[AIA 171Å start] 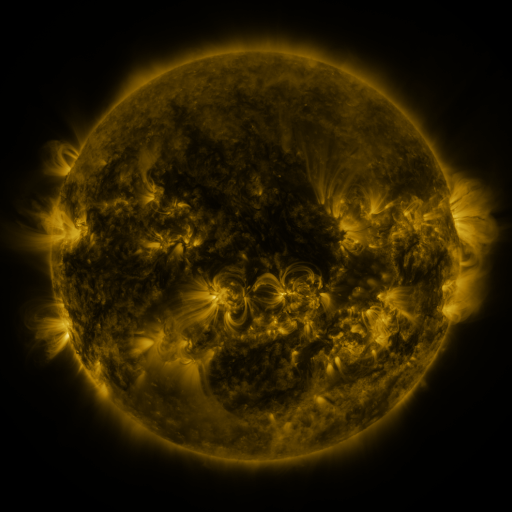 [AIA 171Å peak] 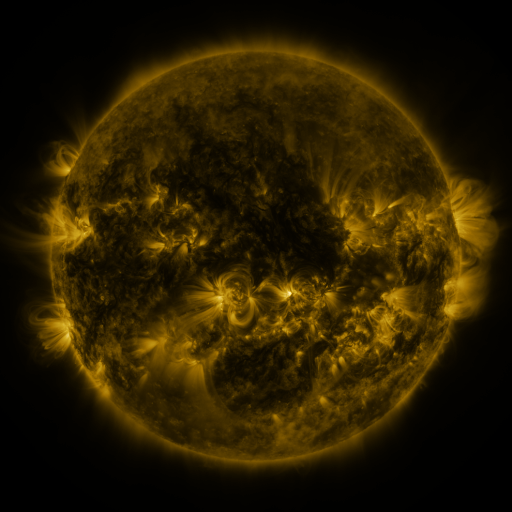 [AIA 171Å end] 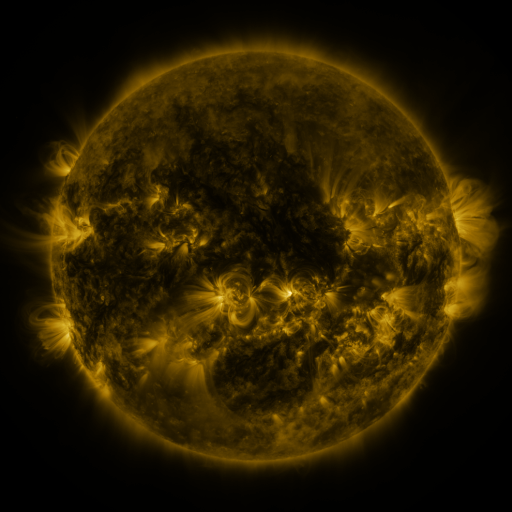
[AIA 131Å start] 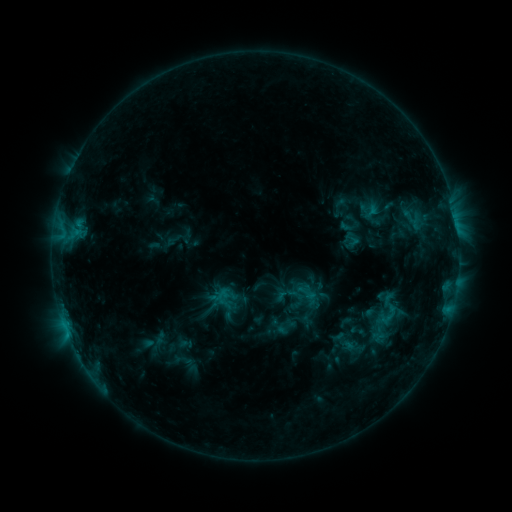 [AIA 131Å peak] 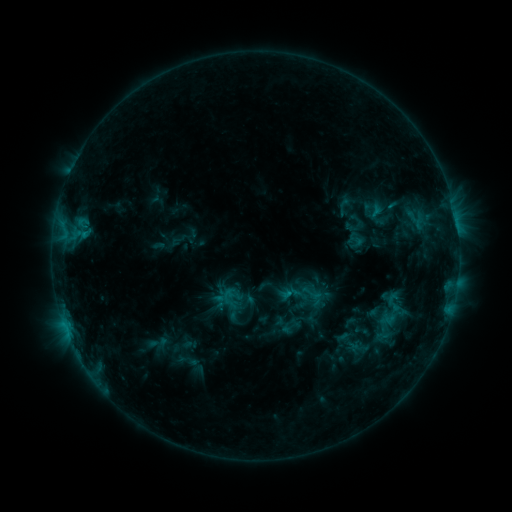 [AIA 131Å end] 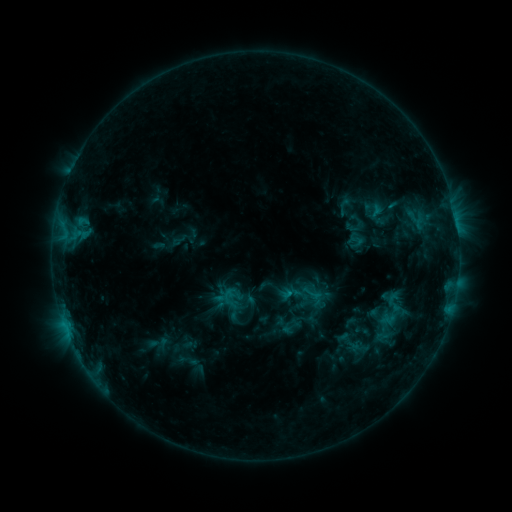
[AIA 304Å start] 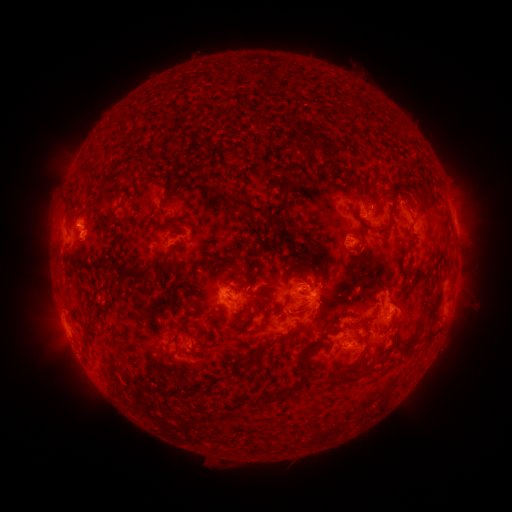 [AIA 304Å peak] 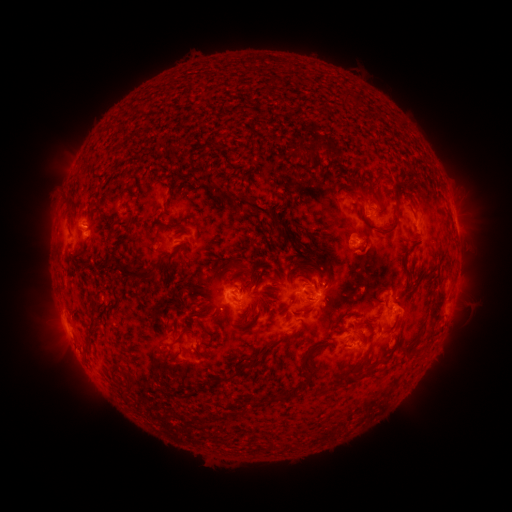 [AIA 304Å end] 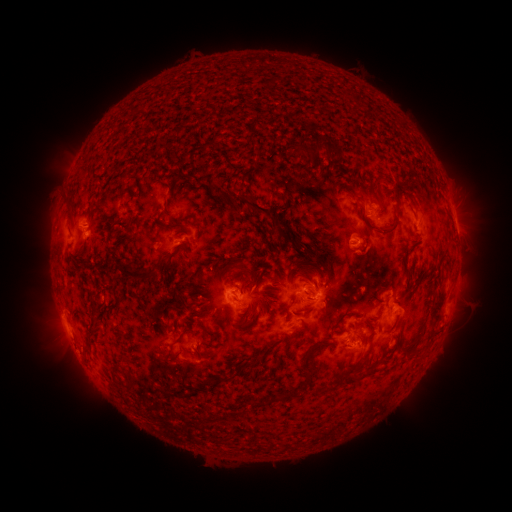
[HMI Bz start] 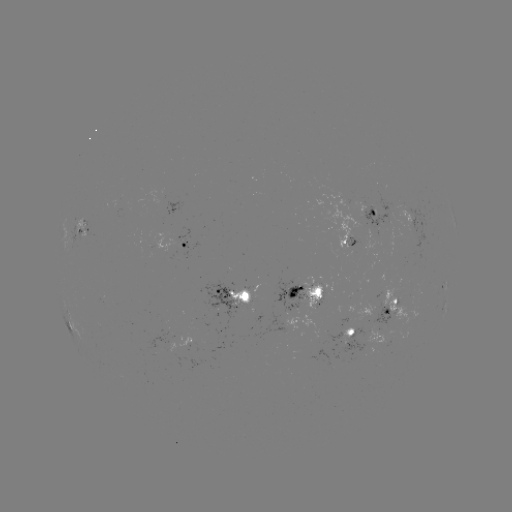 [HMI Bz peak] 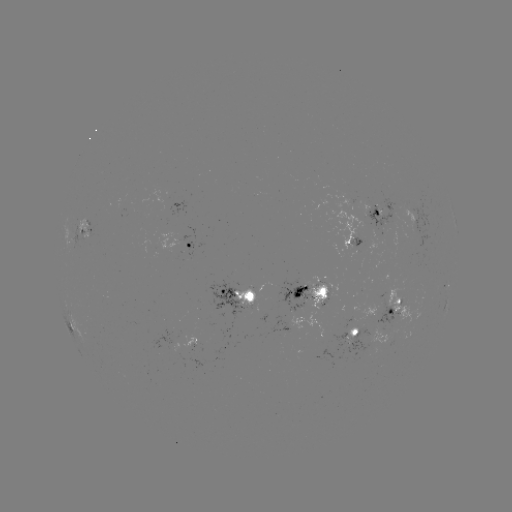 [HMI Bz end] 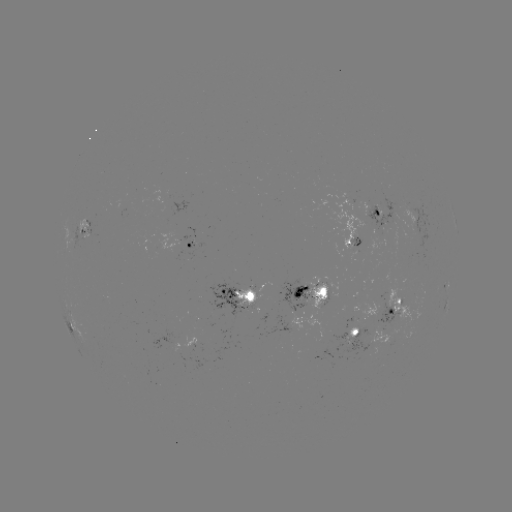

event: emerging-flux region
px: (349, 336)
